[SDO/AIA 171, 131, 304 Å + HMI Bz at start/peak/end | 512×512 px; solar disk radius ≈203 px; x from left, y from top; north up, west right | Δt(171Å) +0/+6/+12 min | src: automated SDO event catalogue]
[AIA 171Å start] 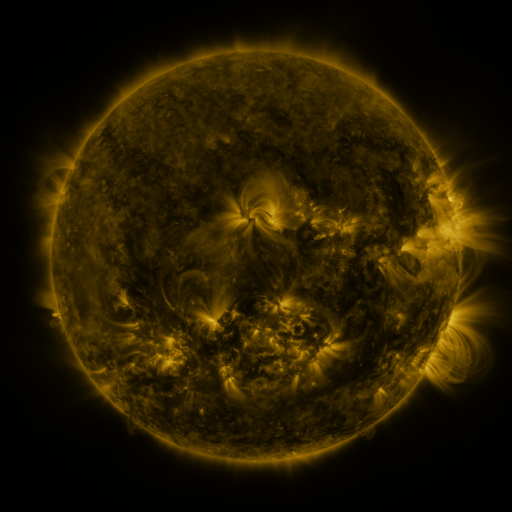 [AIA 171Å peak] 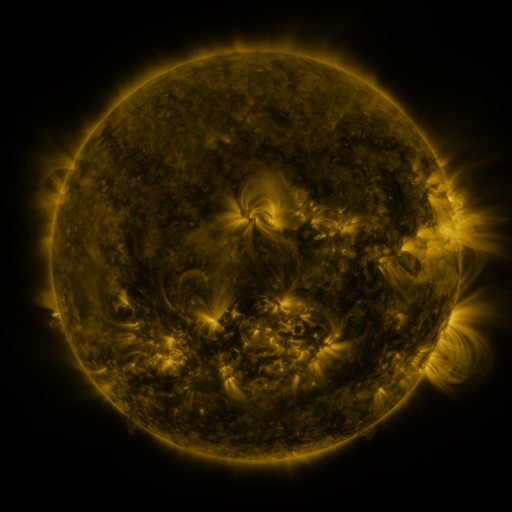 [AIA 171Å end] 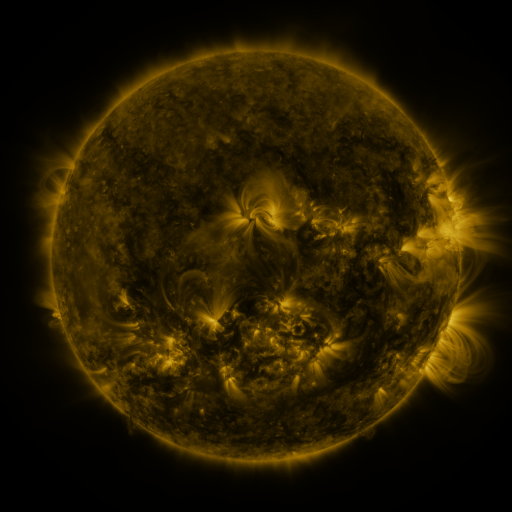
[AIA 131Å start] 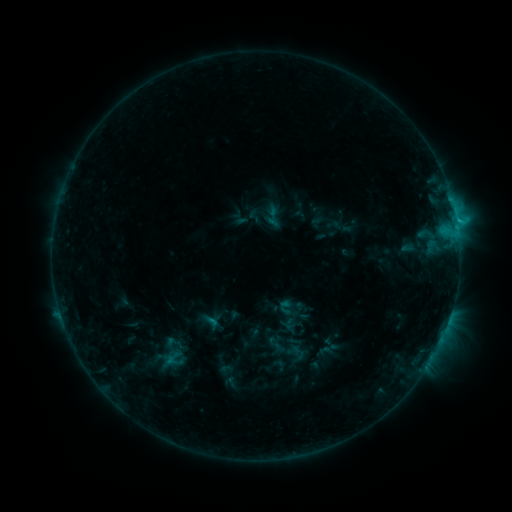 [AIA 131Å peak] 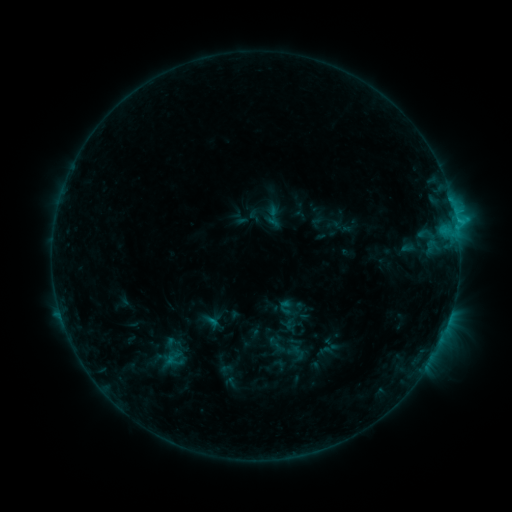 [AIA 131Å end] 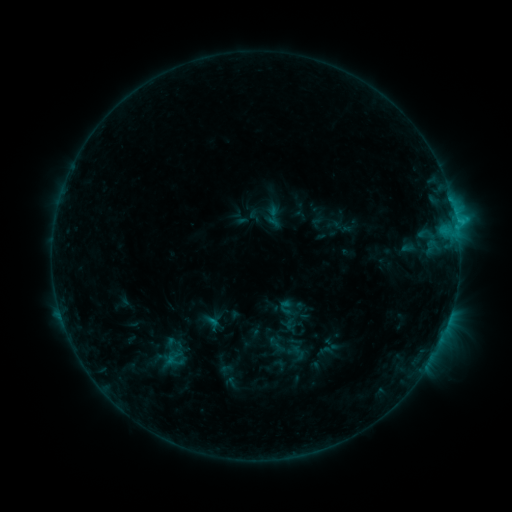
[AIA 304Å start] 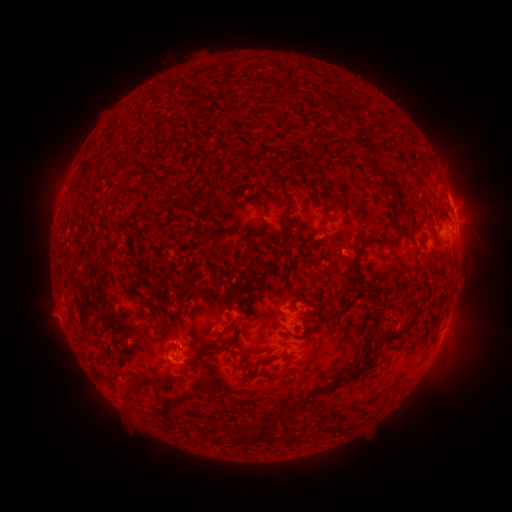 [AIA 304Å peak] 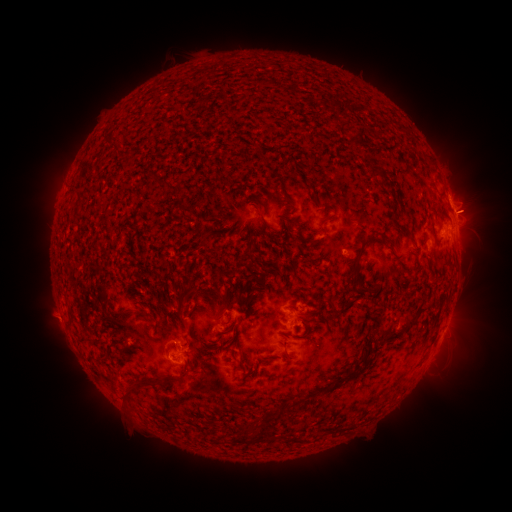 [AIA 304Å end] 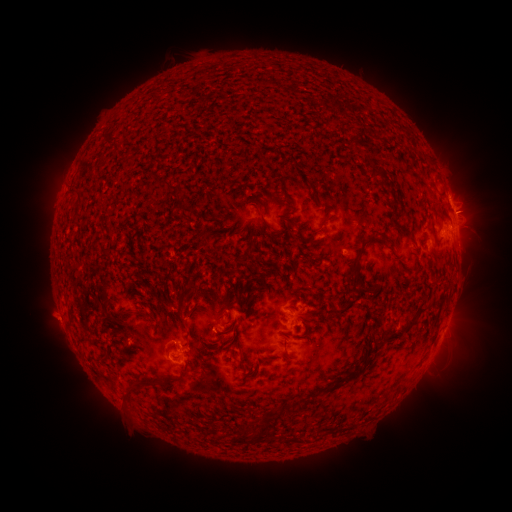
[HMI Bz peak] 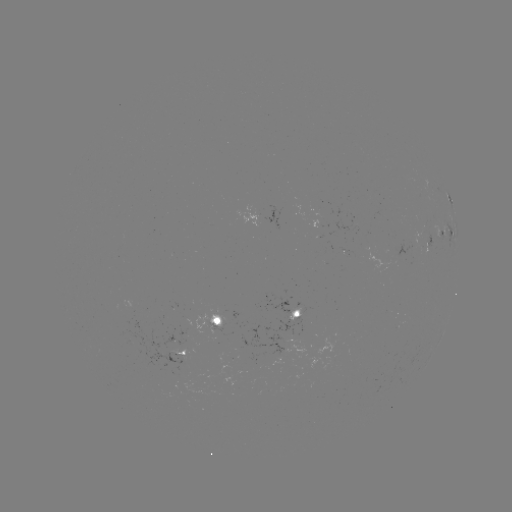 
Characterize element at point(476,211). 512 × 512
eruption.